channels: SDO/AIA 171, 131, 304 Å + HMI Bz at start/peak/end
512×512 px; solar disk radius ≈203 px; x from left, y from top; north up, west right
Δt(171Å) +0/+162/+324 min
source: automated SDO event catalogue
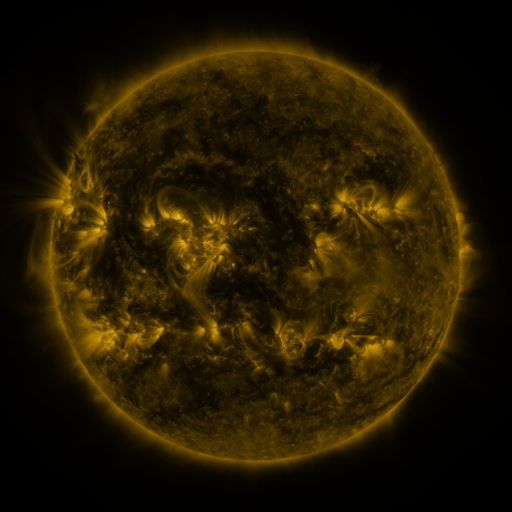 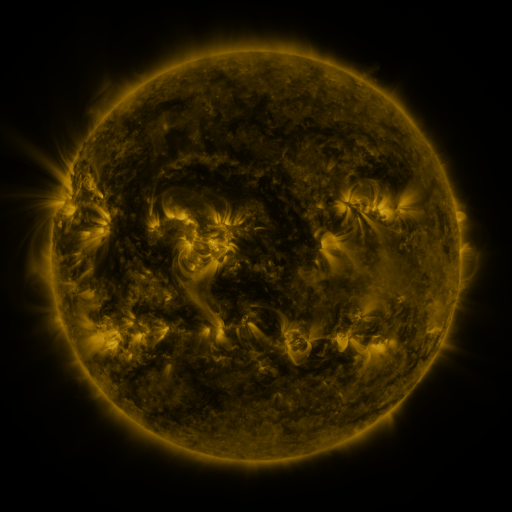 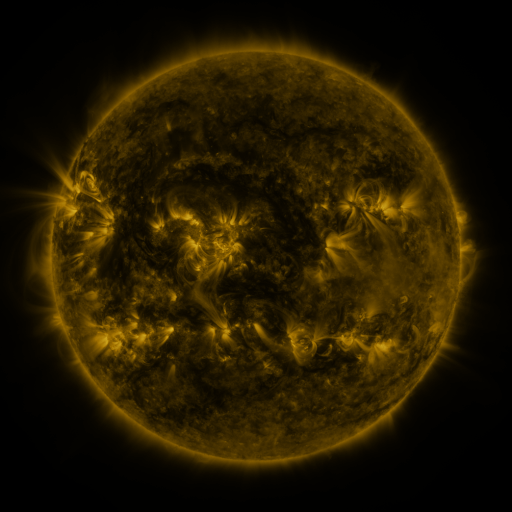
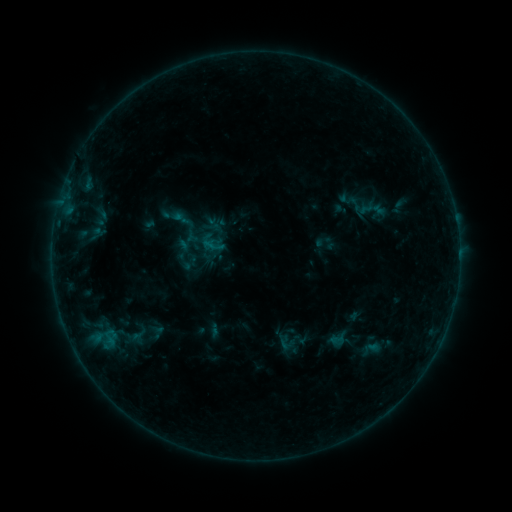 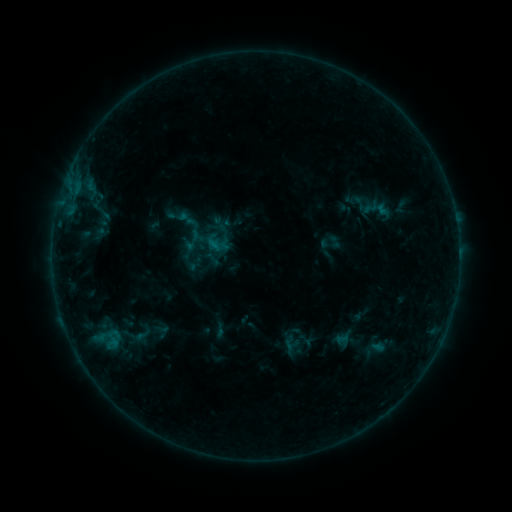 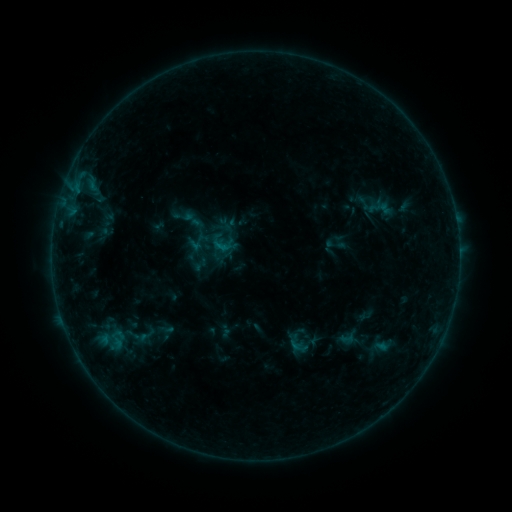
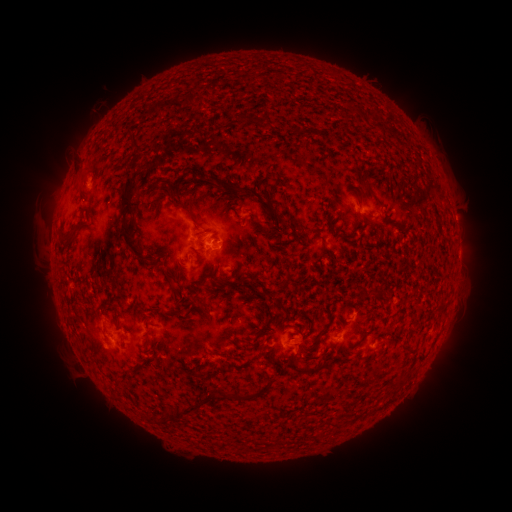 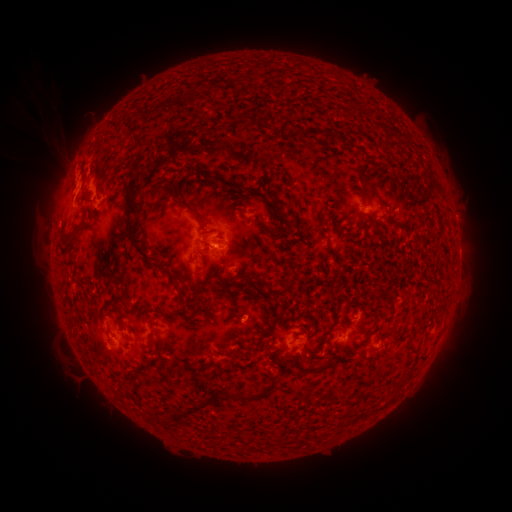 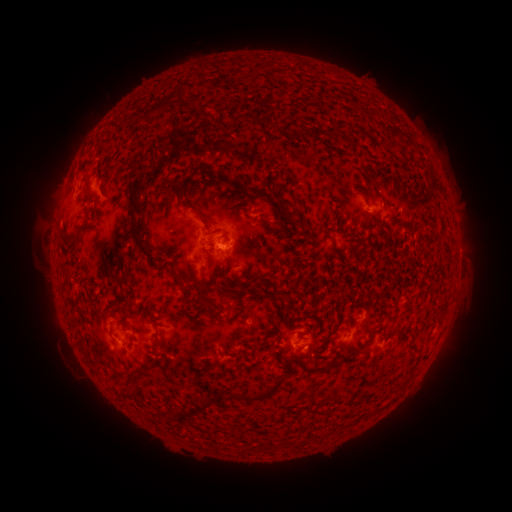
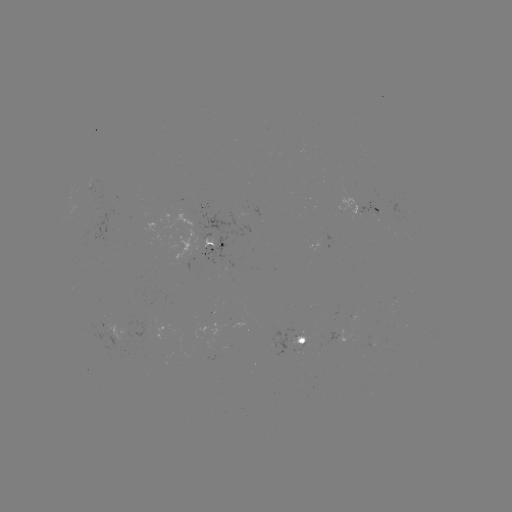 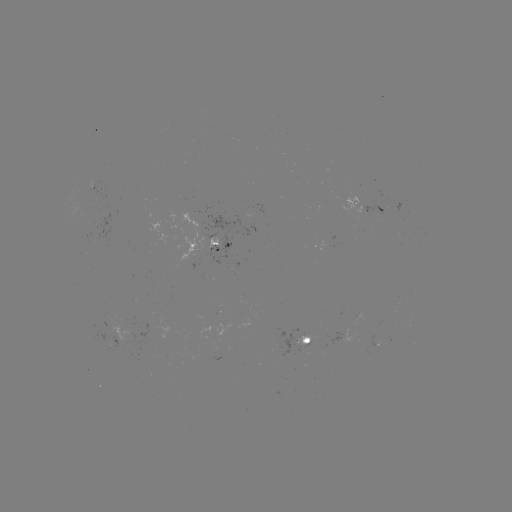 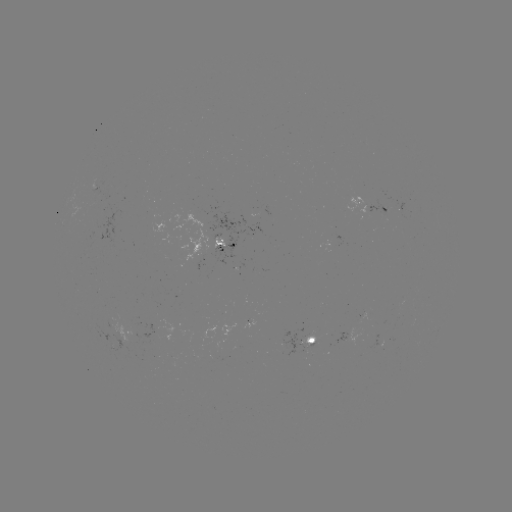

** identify filament eruption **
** (58, 135) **